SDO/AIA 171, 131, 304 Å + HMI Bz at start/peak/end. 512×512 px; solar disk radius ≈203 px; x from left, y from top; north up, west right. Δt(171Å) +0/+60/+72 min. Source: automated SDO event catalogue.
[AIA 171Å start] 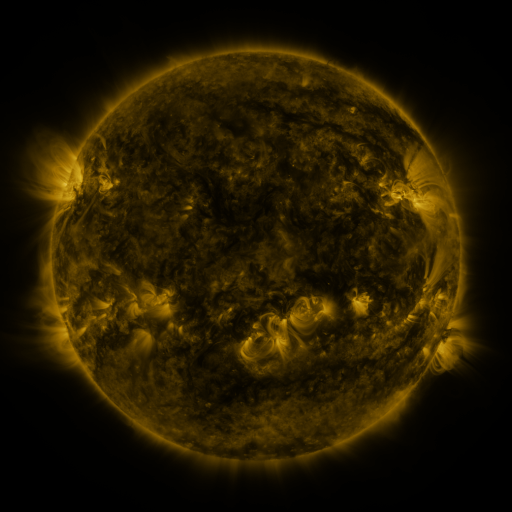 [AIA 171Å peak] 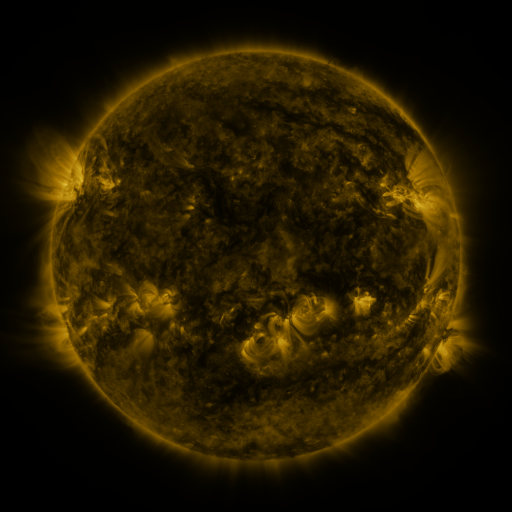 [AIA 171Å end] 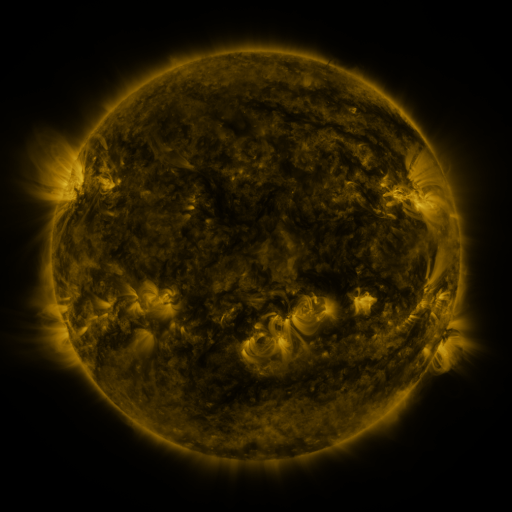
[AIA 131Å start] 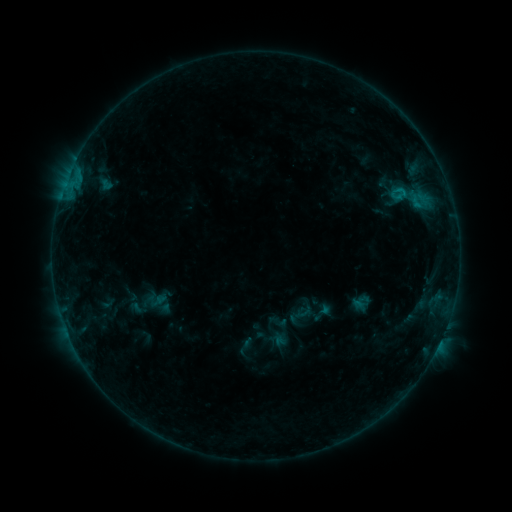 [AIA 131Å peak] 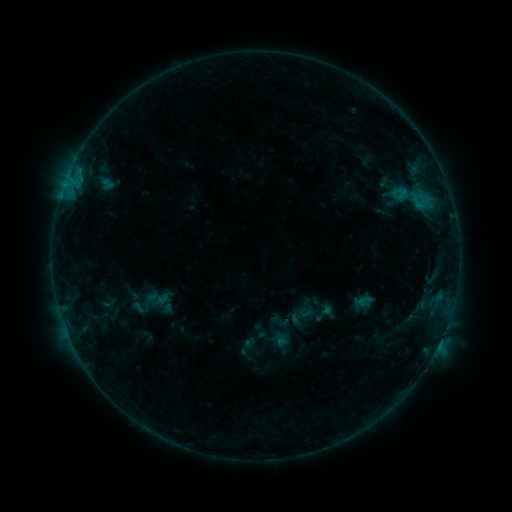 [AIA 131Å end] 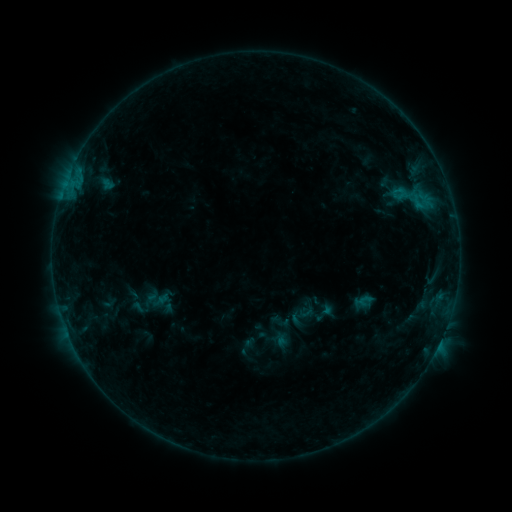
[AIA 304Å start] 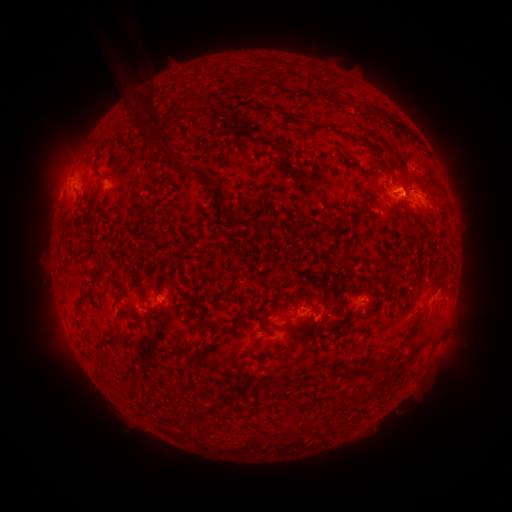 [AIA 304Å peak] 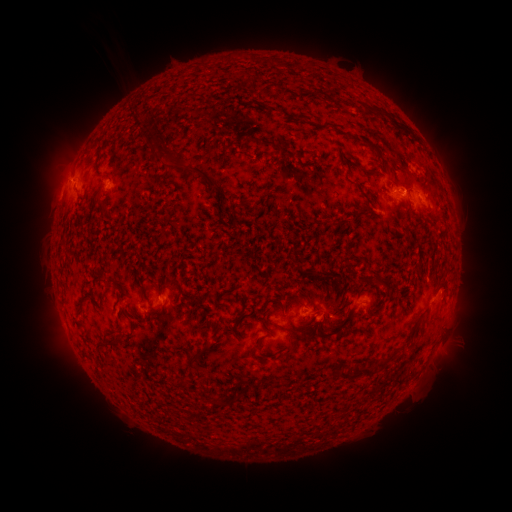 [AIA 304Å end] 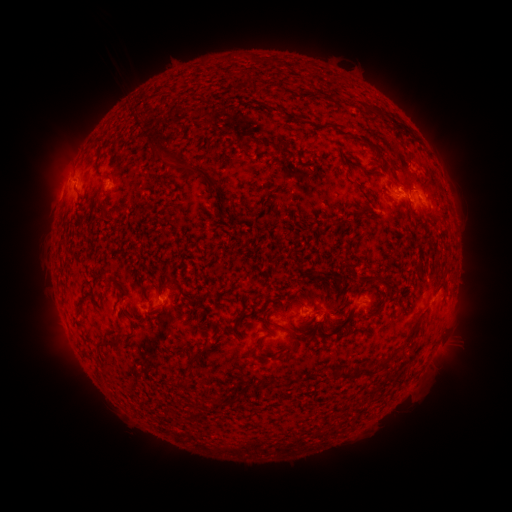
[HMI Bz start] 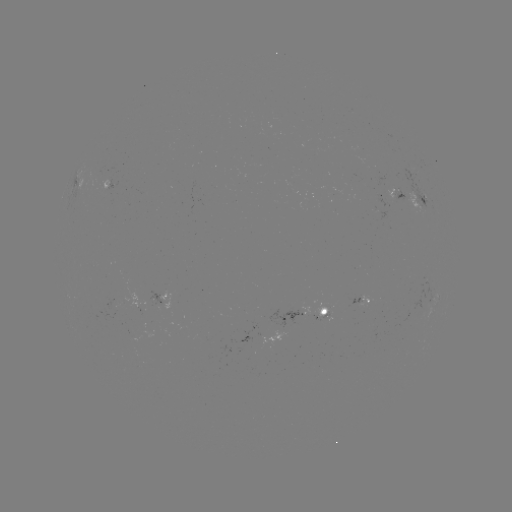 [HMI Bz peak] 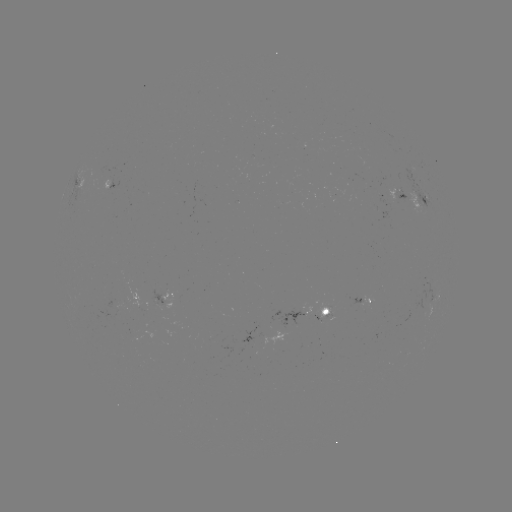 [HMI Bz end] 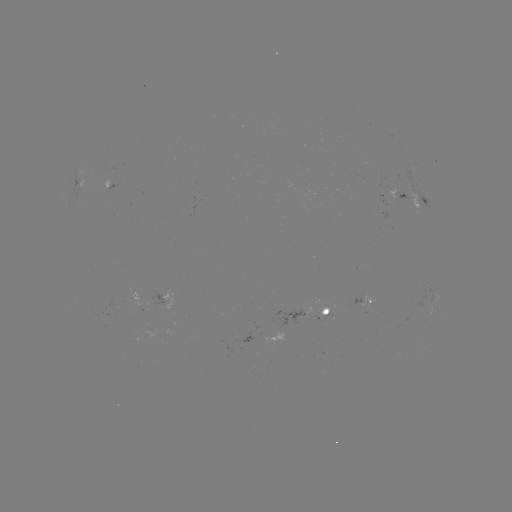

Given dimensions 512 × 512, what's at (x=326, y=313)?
emerging-flux region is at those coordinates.